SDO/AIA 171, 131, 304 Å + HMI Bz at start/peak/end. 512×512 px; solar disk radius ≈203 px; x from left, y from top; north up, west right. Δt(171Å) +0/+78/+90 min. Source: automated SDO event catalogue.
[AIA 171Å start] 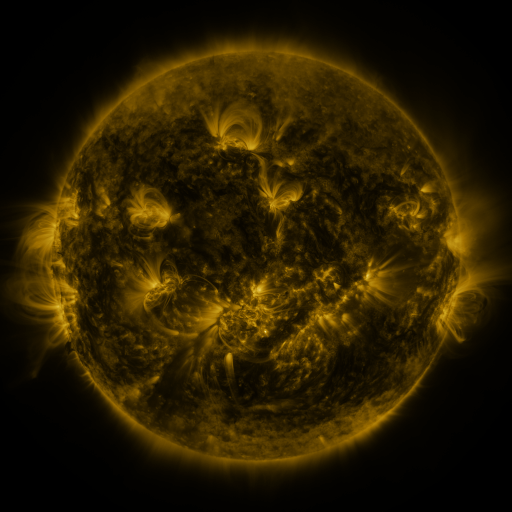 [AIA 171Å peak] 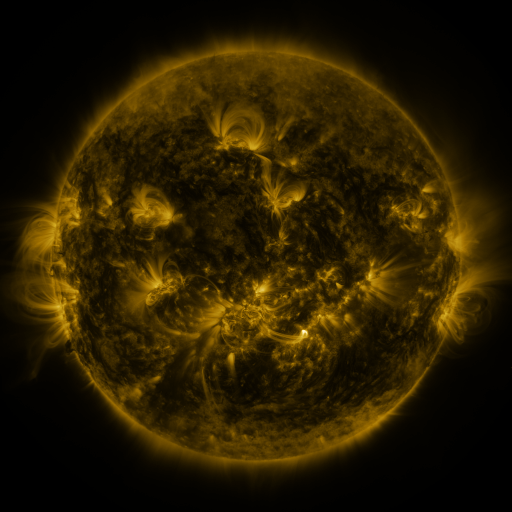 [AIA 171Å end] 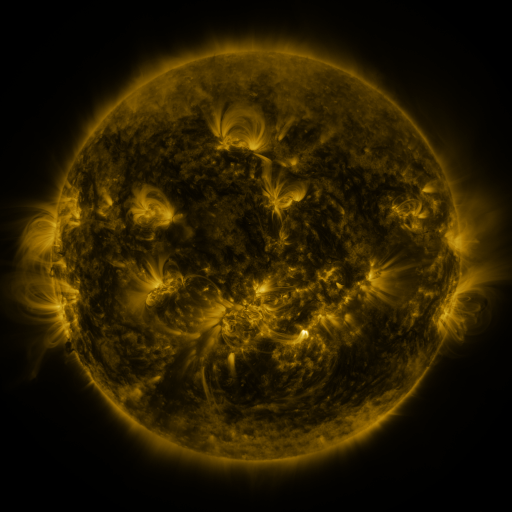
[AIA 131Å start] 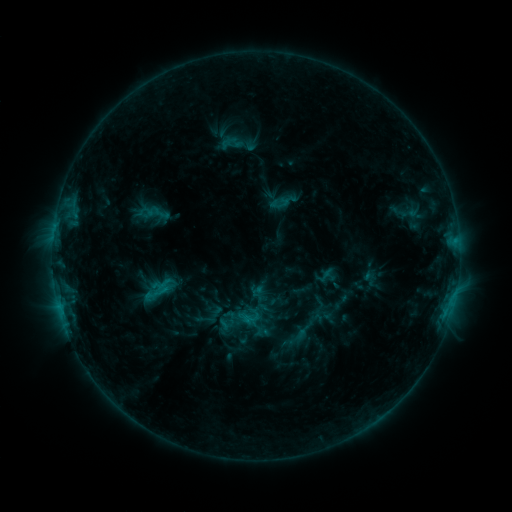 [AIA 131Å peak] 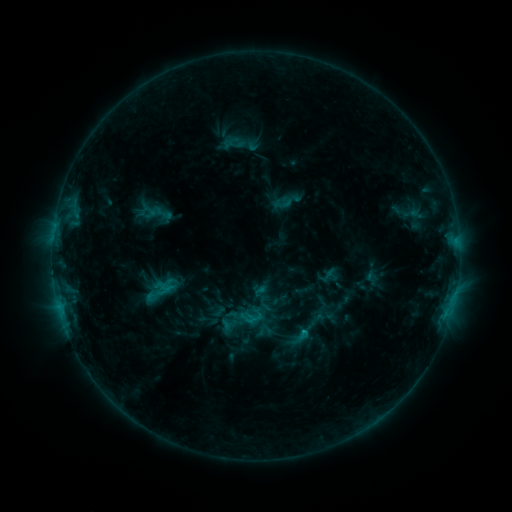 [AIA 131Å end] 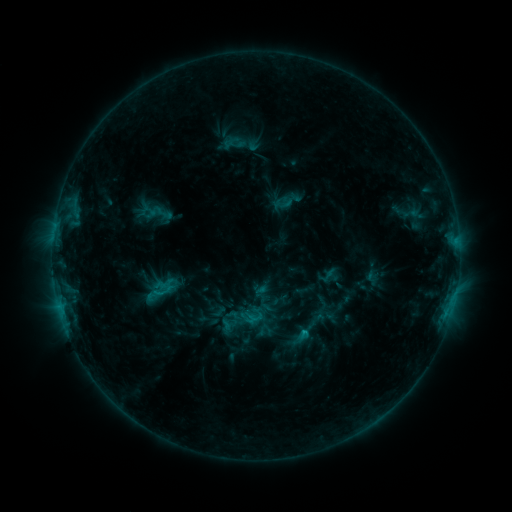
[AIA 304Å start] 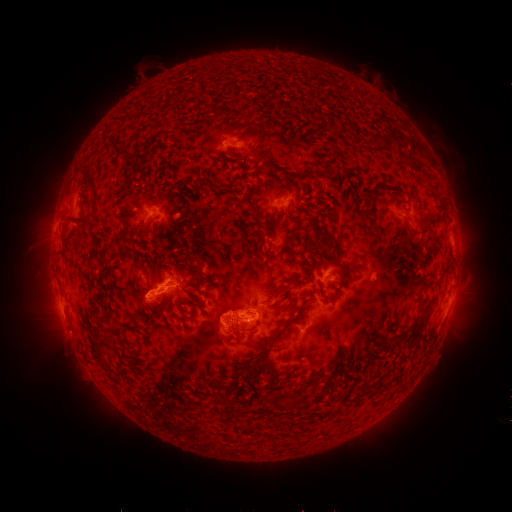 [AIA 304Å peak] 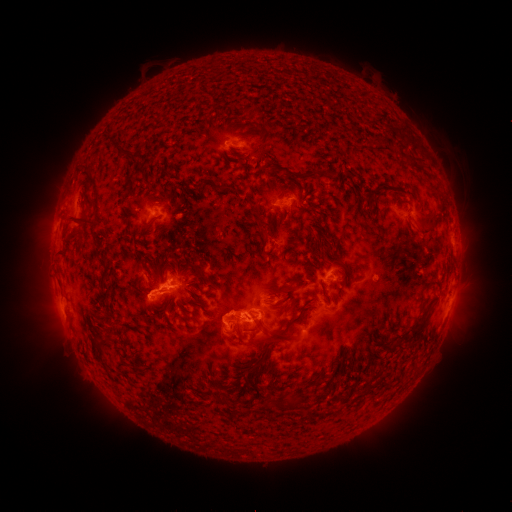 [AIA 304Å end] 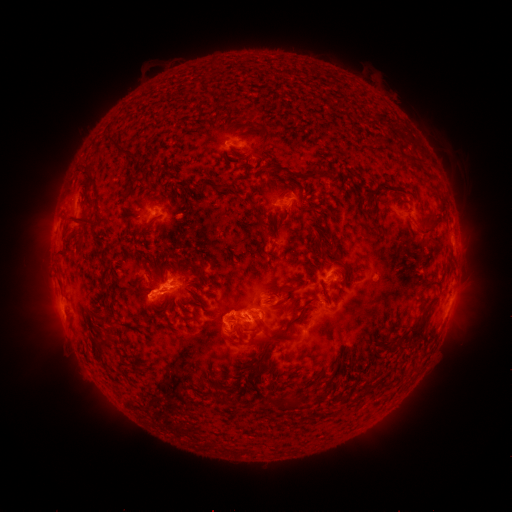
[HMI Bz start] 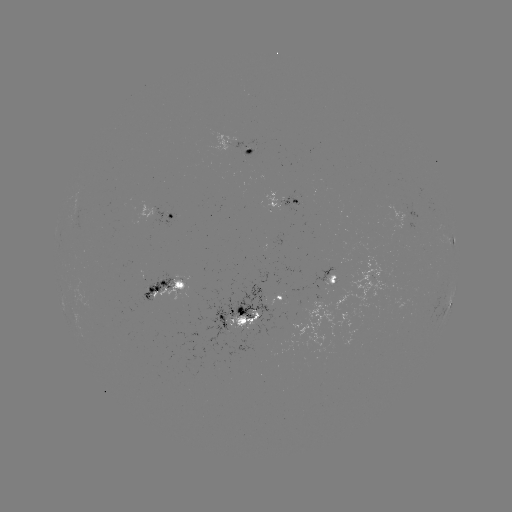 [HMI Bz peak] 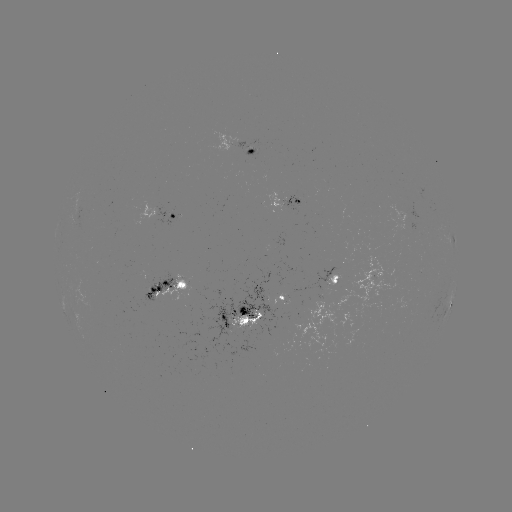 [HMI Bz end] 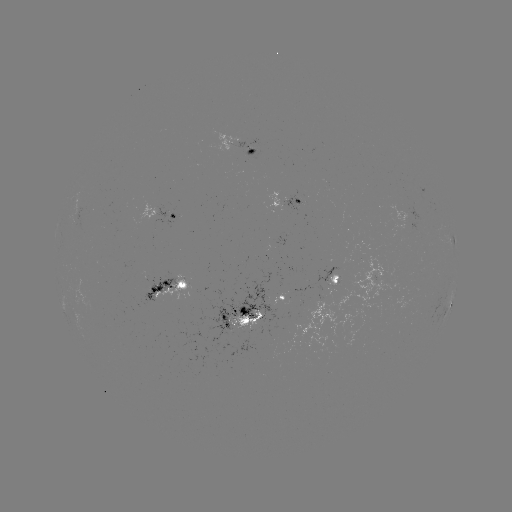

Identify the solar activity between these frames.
emerging-flux region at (242, 323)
